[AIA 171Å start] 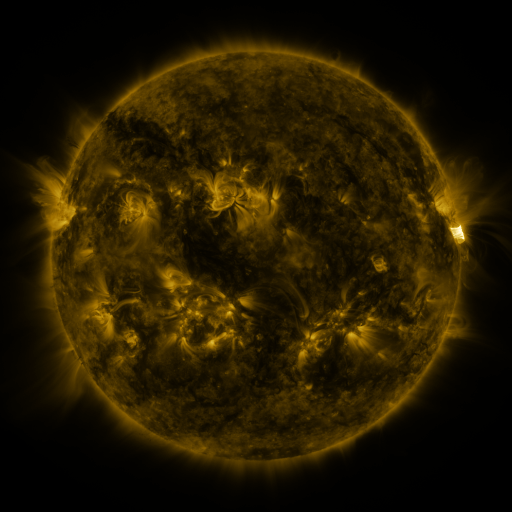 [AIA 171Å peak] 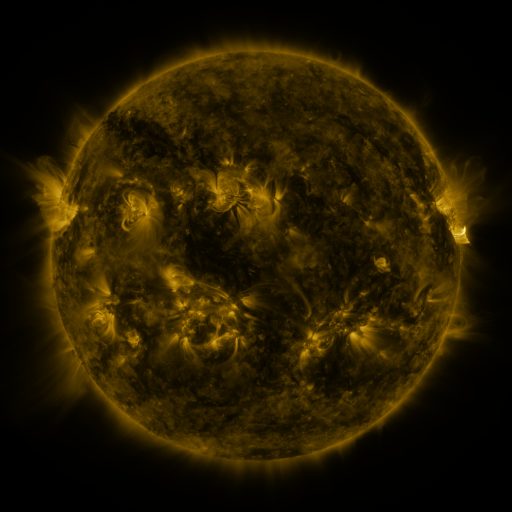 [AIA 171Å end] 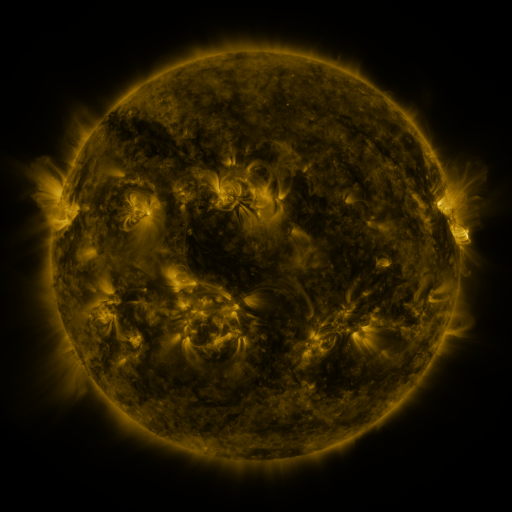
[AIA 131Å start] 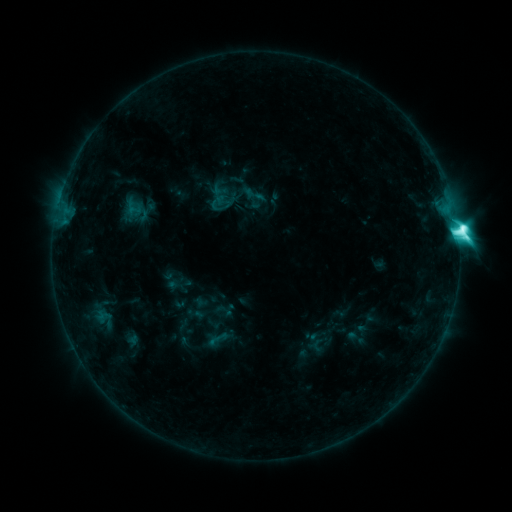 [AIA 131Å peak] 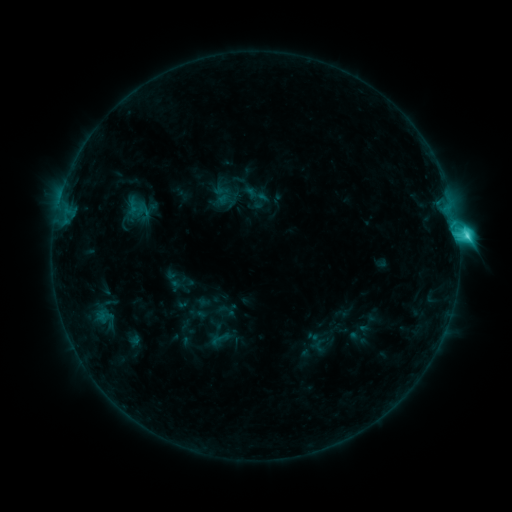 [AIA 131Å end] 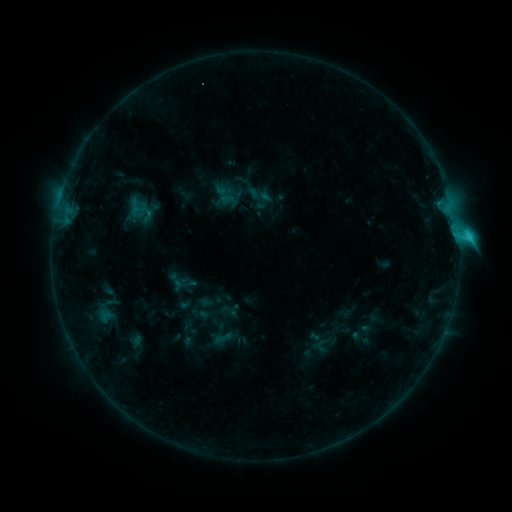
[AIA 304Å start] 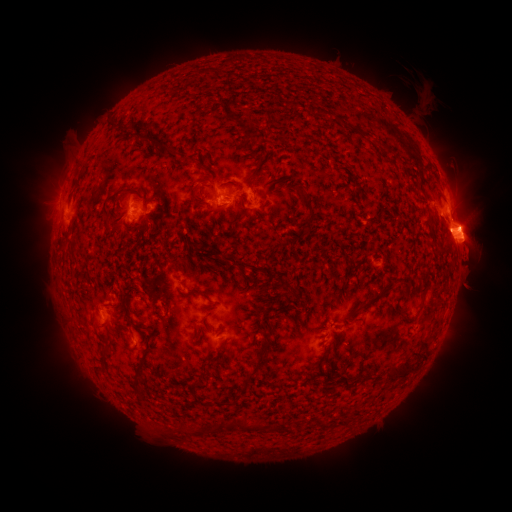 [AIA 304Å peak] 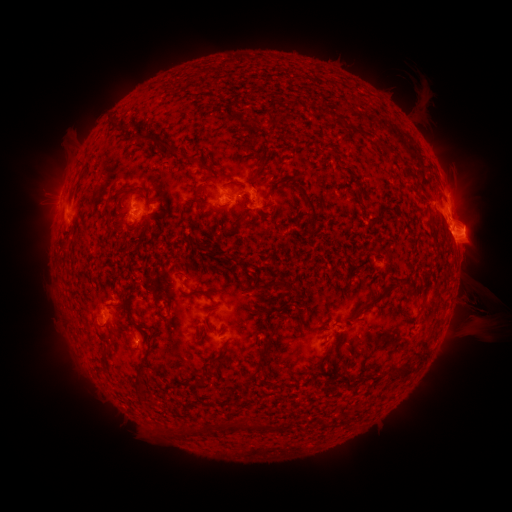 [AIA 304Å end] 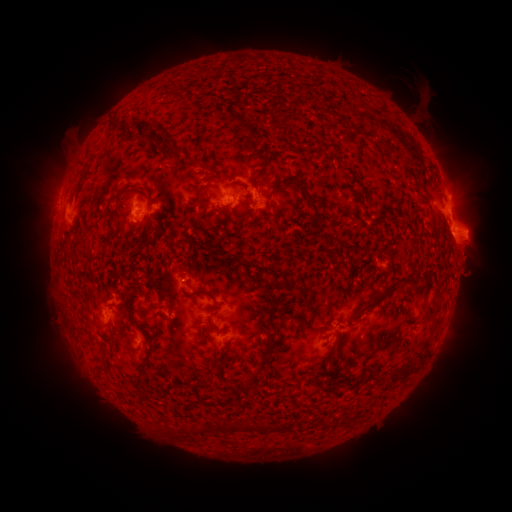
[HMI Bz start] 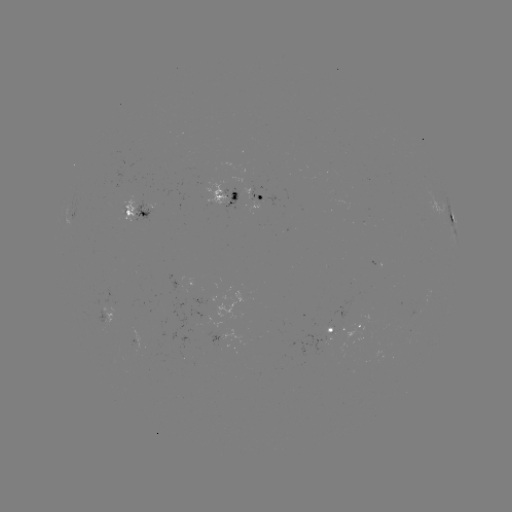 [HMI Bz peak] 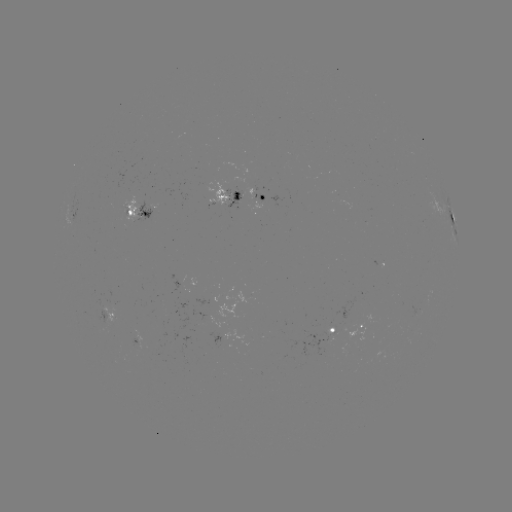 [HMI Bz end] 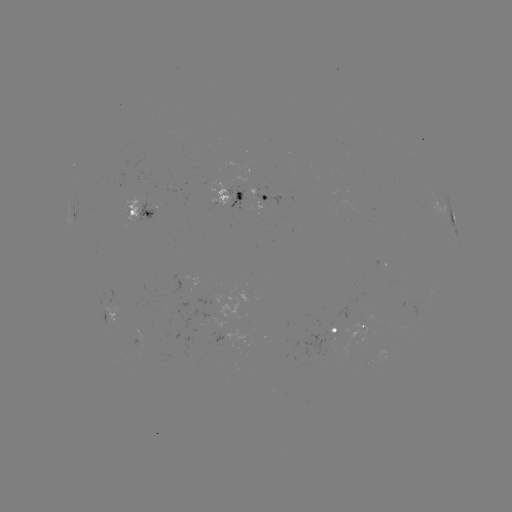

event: filament eruption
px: (477, 302)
